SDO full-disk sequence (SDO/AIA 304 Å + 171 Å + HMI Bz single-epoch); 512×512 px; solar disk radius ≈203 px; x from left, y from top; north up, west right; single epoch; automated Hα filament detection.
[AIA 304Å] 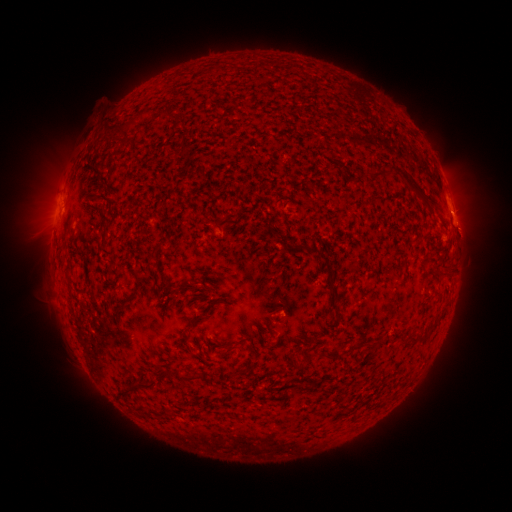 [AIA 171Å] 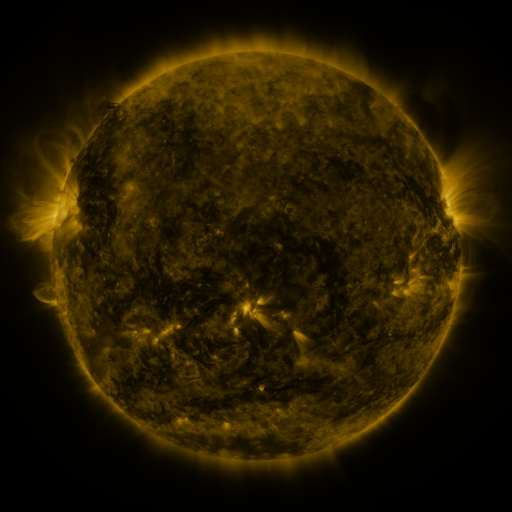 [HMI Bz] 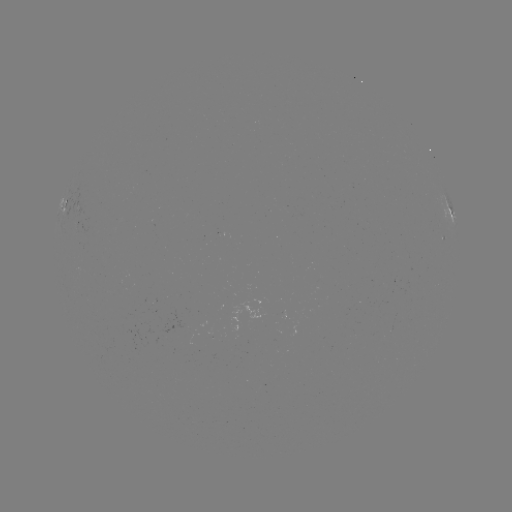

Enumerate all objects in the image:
filament: [168, 111, 187, 123]
filament: [115, 120, 132, 132]
filament: [368, 169, 393, 185]
filament: [405, 181, 414, 193]
filament: [101, 211, 111, 235]
filament: [101, 246, 114, 255]
filament: [322, 268, 339, 315]
filament: [65, 278, 72, 291]
filament: [176, 284, 184, 293]
filament: [119, 299, 127, 310]
filament: [408, 336, 418, 344]
filament: [211, 339, 228, 349]
filament: [317, 351, 330, 359]
filament: [291, 359, 302, 371]
filament: [172, 368, 202, 382]
filament: [117, 375, 154, 397]
